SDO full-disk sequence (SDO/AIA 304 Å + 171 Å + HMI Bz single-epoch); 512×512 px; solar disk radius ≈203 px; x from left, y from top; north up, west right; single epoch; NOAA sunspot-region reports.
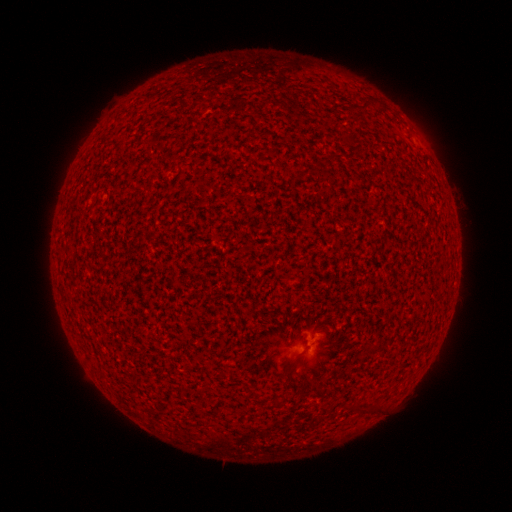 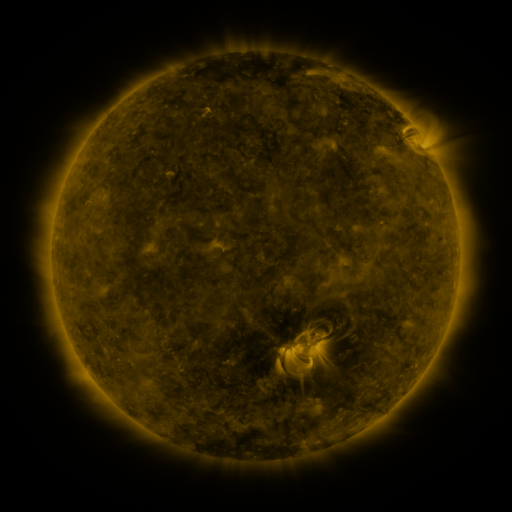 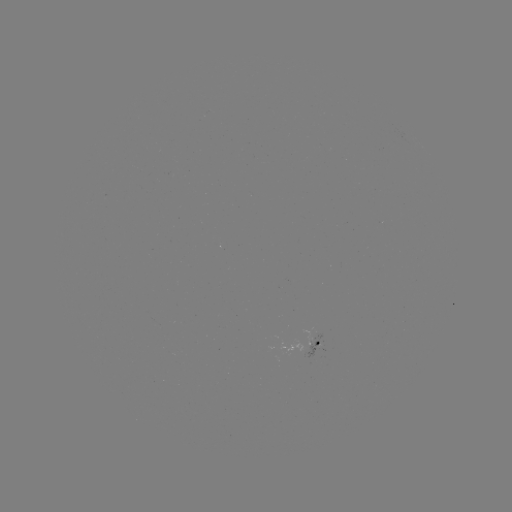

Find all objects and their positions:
(none)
